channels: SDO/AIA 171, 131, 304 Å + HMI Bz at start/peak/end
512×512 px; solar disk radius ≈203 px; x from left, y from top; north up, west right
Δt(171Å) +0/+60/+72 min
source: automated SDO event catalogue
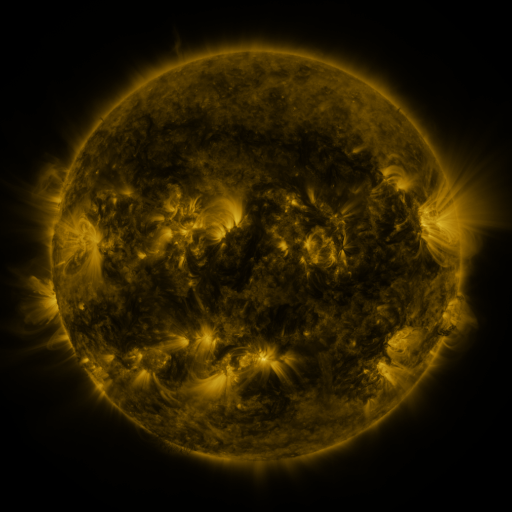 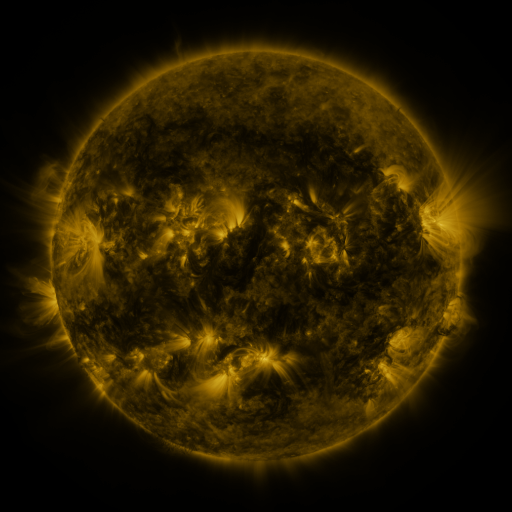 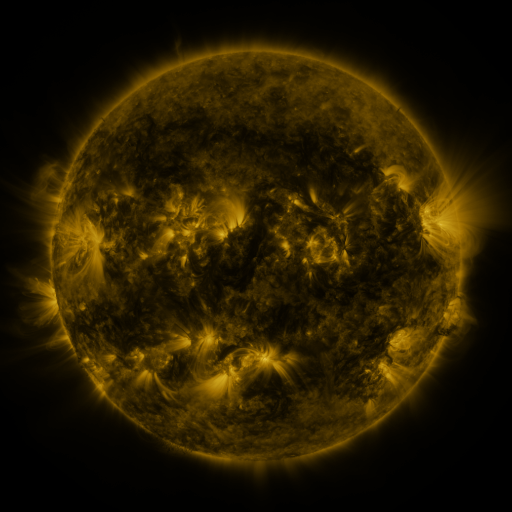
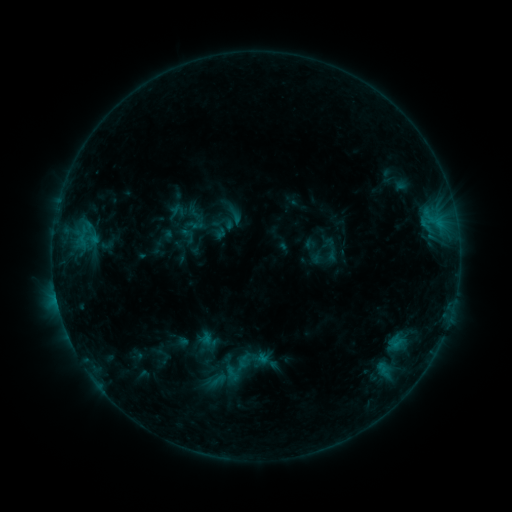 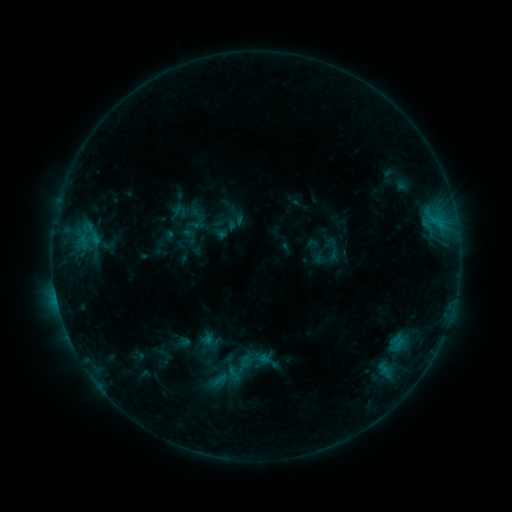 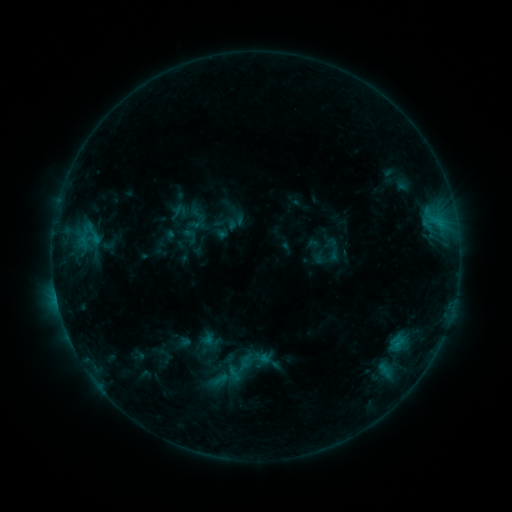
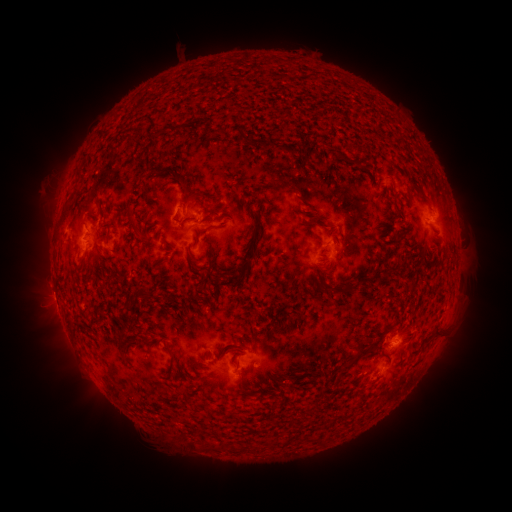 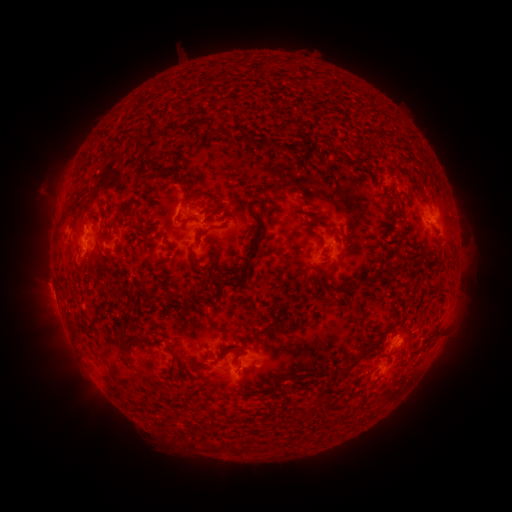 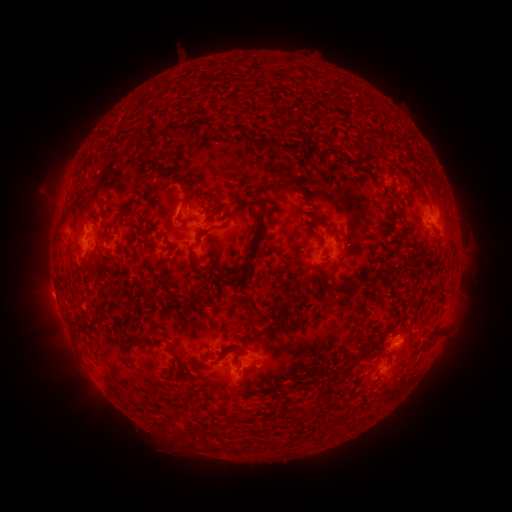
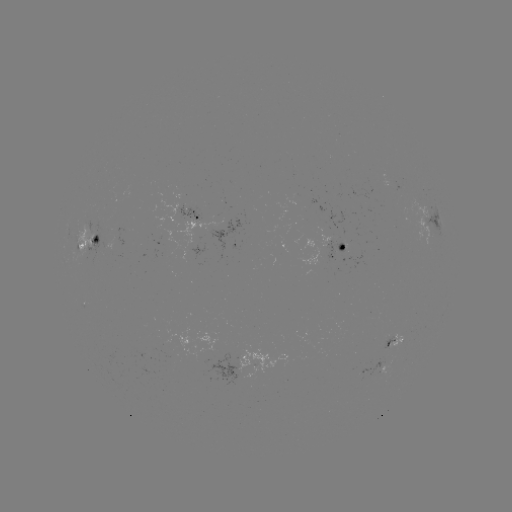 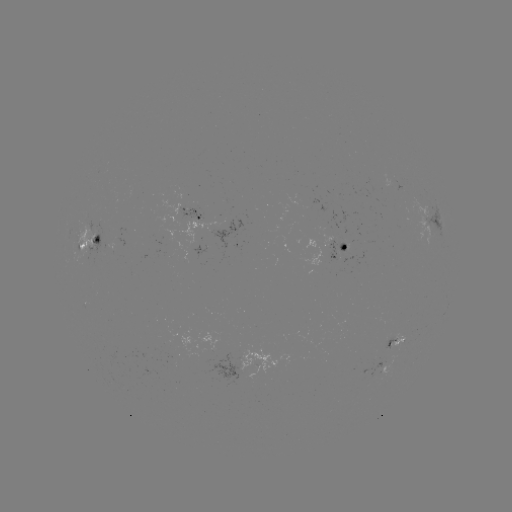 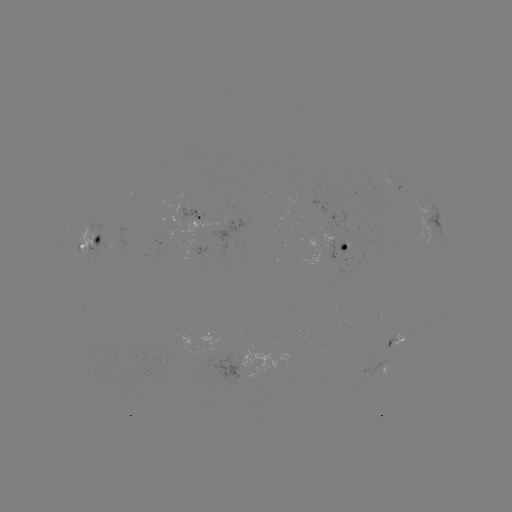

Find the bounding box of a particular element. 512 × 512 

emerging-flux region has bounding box [386, 339, 394, 355].